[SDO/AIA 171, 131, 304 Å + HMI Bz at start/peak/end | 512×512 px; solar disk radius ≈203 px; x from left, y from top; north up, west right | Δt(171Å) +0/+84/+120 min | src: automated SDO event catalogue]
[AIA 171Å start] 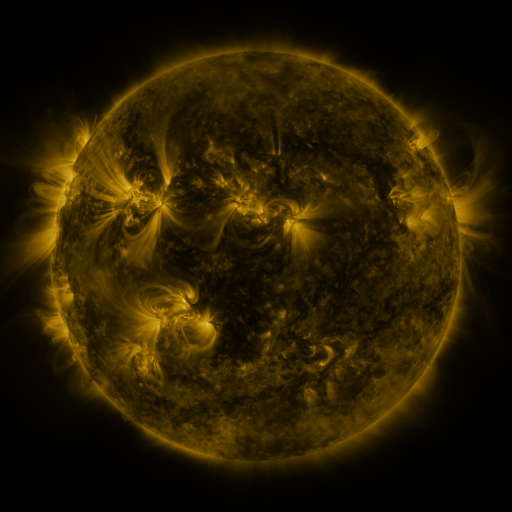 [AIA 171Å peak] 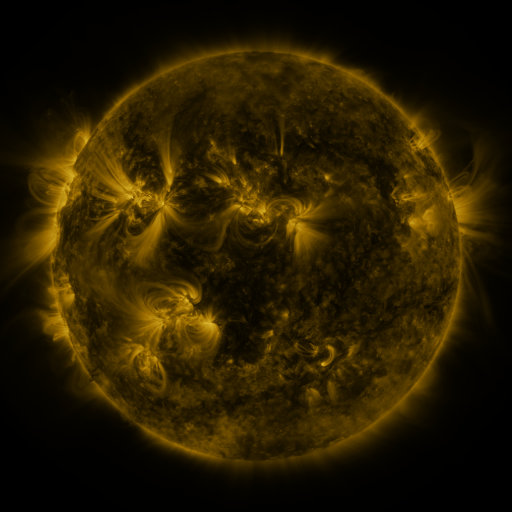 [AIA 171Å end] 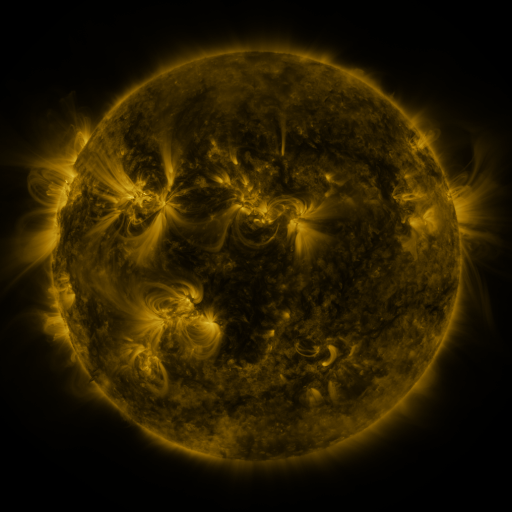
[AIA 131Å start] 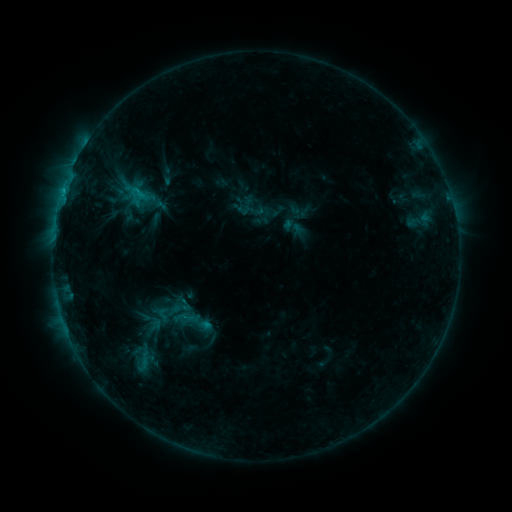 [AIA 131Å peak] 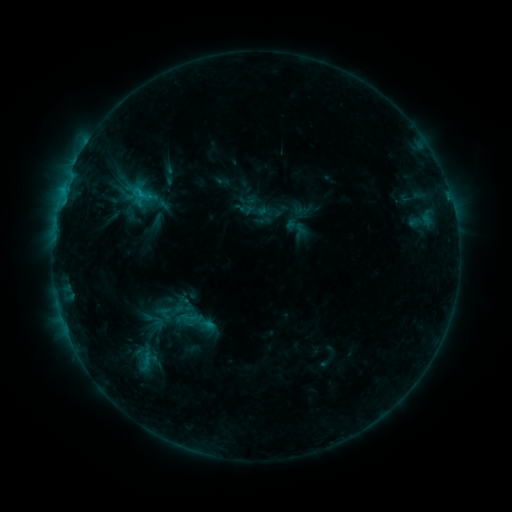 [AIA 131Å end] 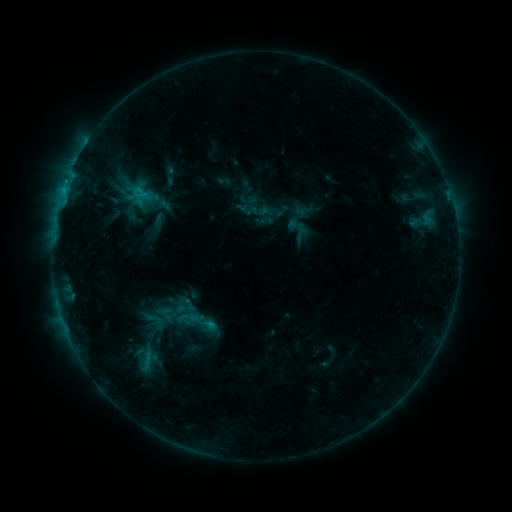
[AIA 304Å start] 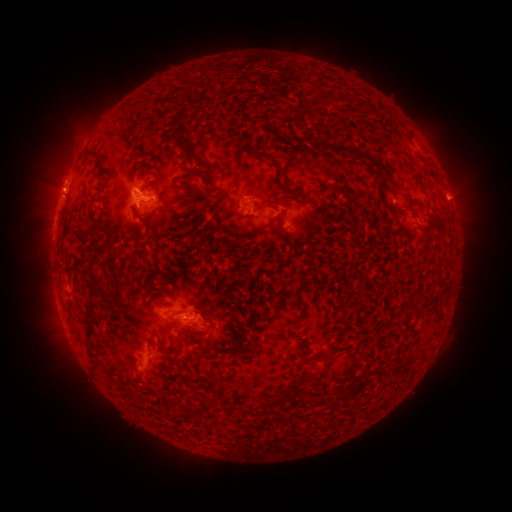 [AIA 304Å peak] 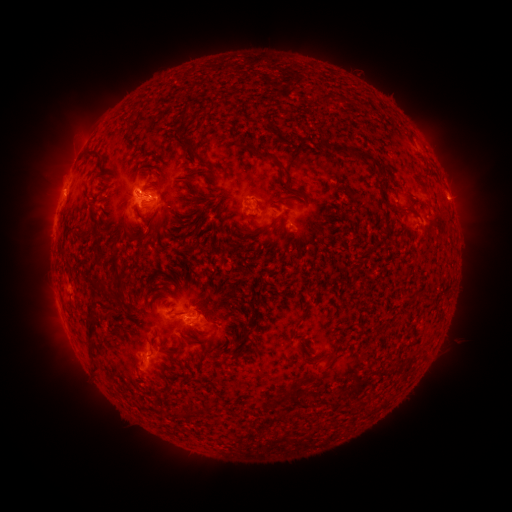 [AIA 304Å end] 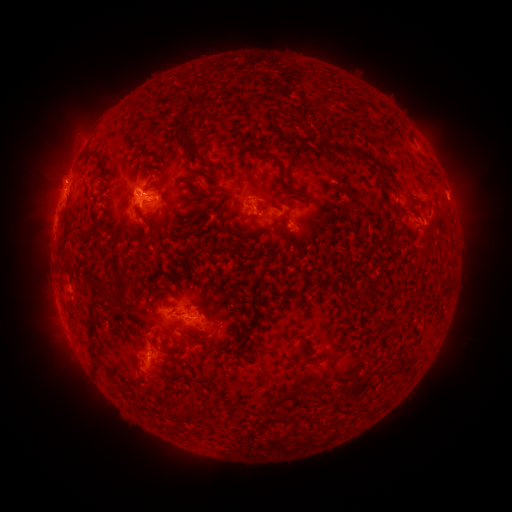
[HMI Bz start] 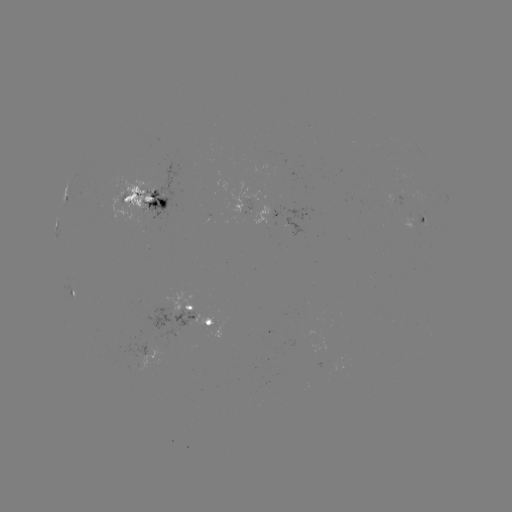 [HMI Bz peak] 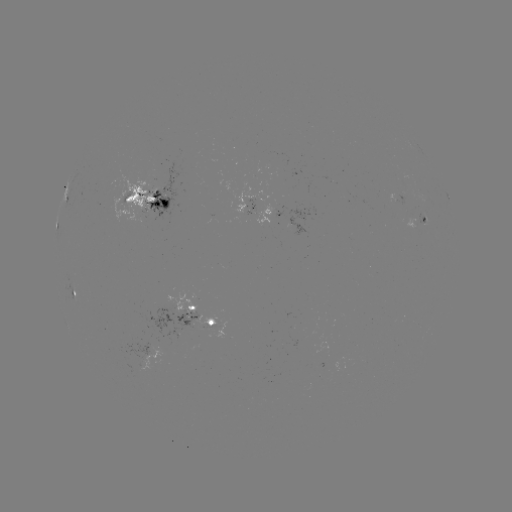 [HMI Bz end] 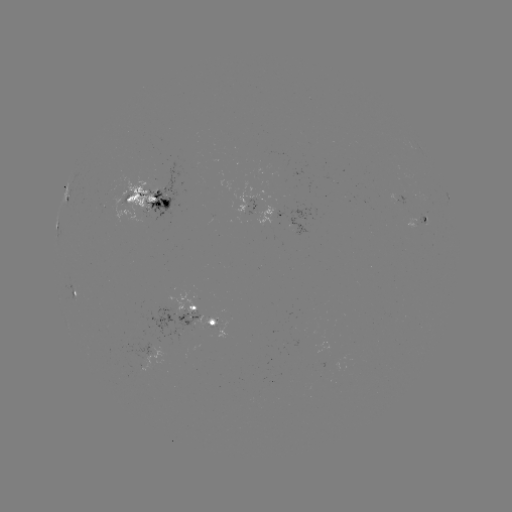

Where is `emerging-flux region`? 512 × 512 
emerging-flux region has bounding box [246, 200, 255, 212].